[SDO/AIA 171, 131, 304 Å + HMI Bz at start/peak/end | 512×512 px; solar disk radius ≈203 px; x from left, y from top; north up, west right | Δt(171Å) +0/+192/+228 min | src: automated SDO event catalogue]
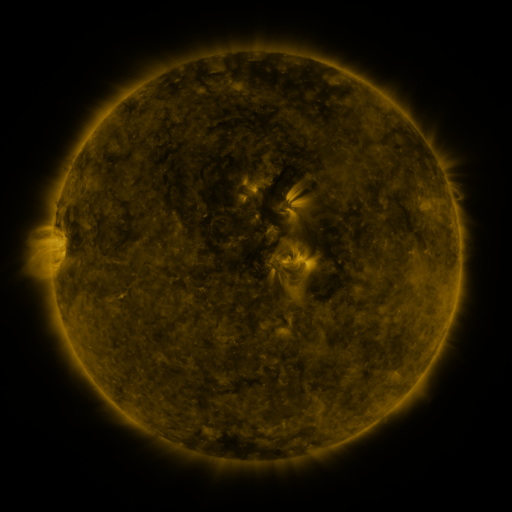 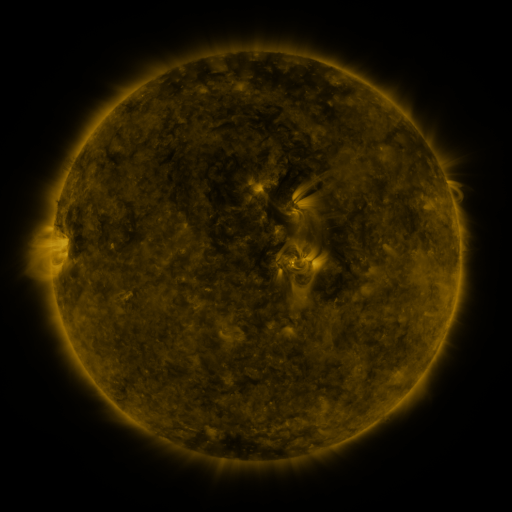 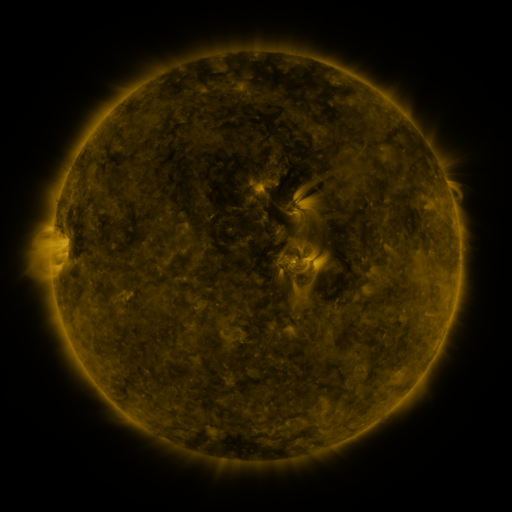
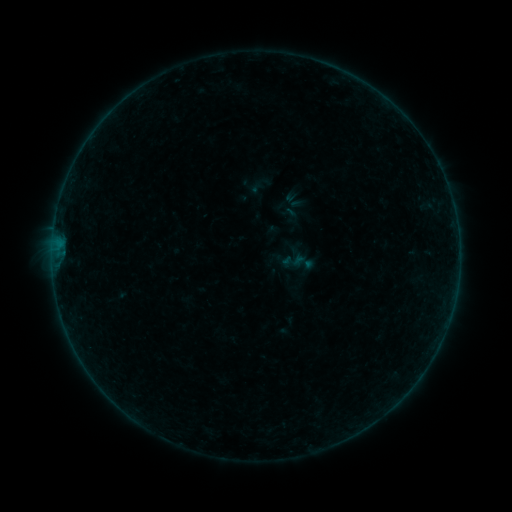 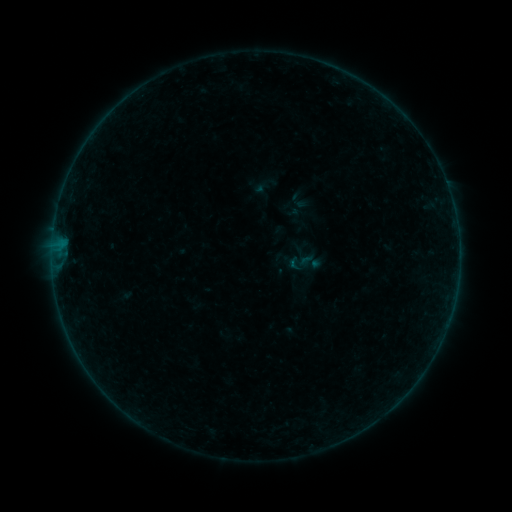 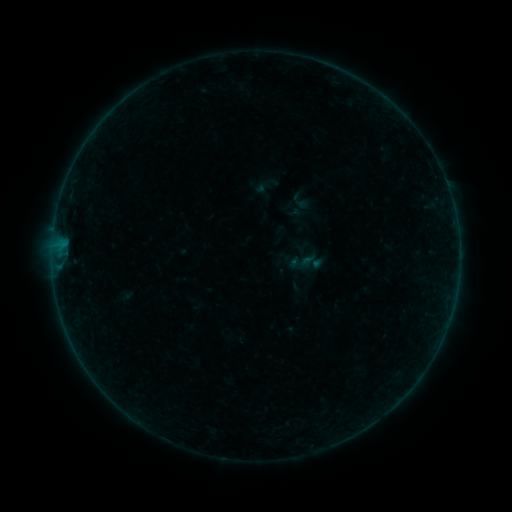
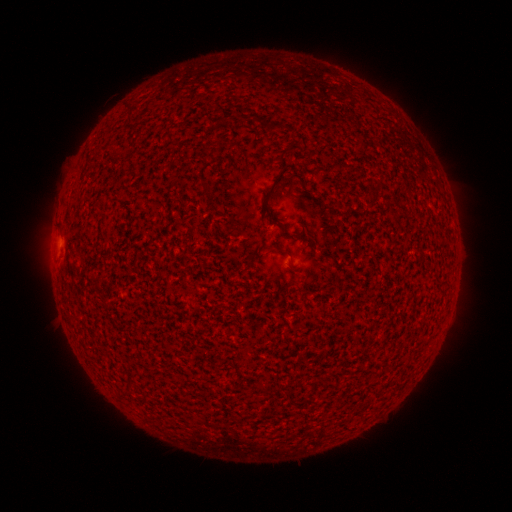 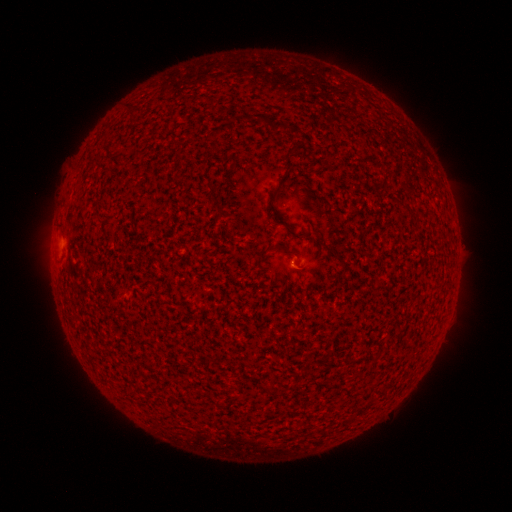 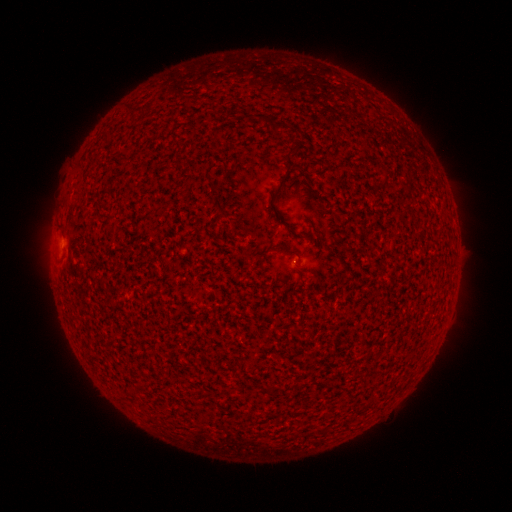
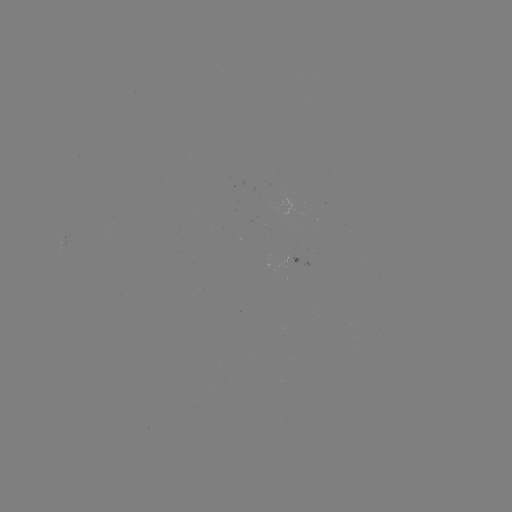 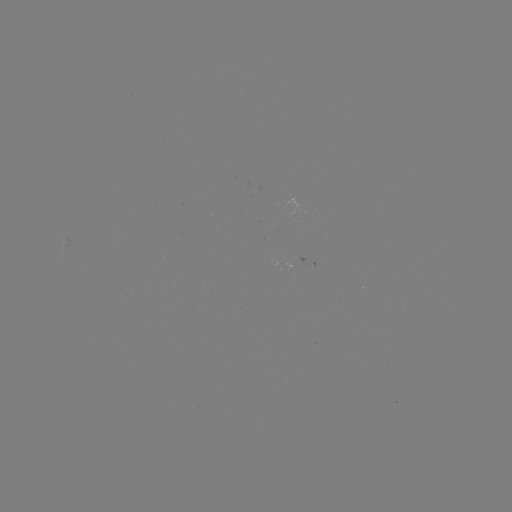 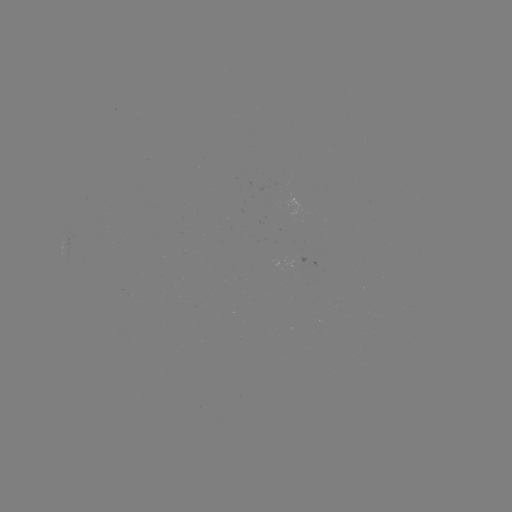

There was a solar emerging-flux region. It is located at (285, 192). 